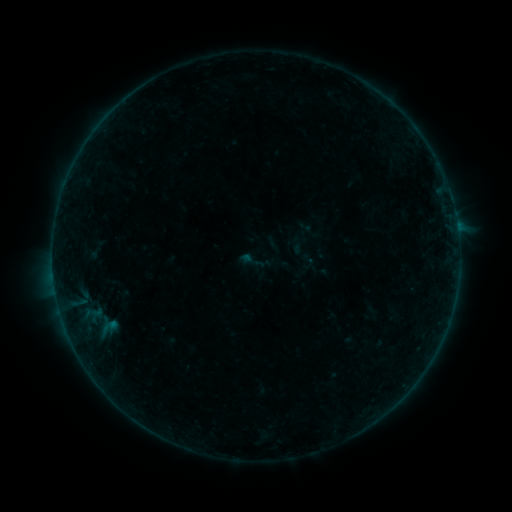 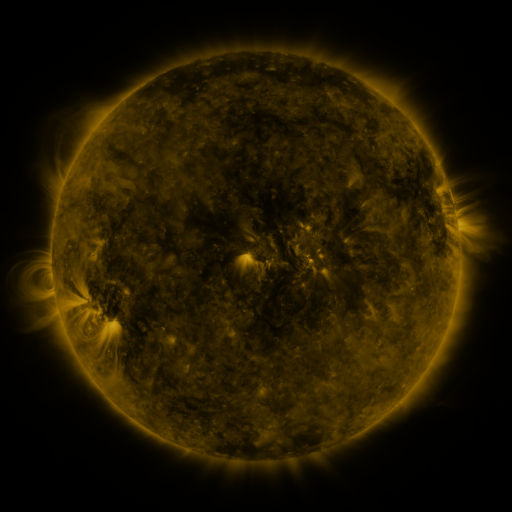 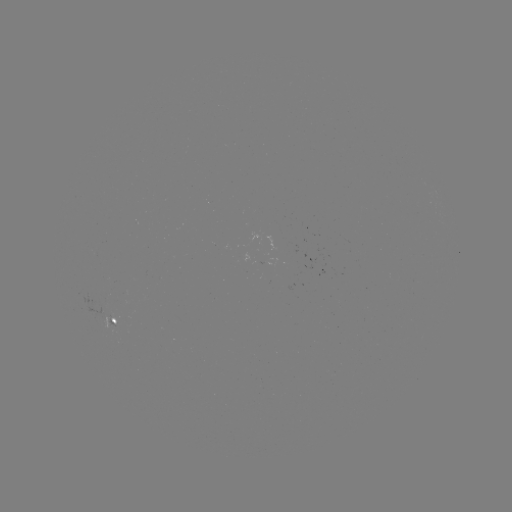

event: sigmoid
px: (307, 262)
